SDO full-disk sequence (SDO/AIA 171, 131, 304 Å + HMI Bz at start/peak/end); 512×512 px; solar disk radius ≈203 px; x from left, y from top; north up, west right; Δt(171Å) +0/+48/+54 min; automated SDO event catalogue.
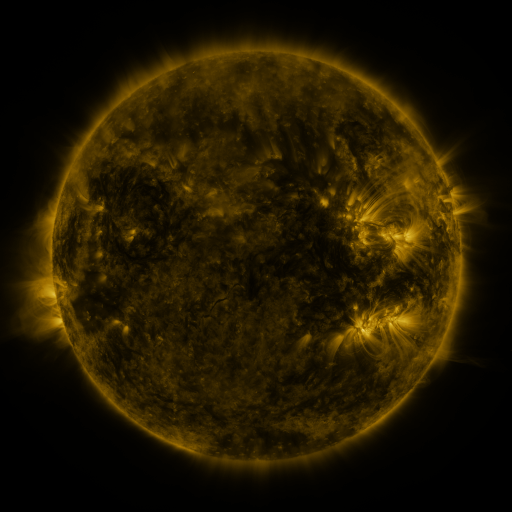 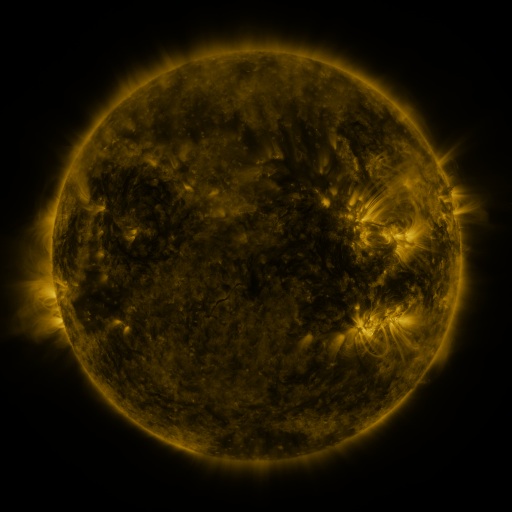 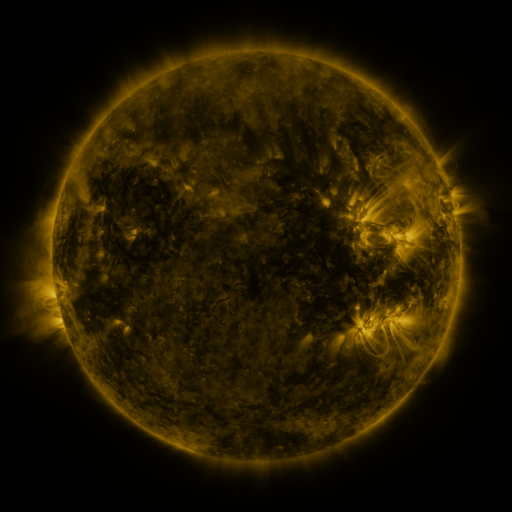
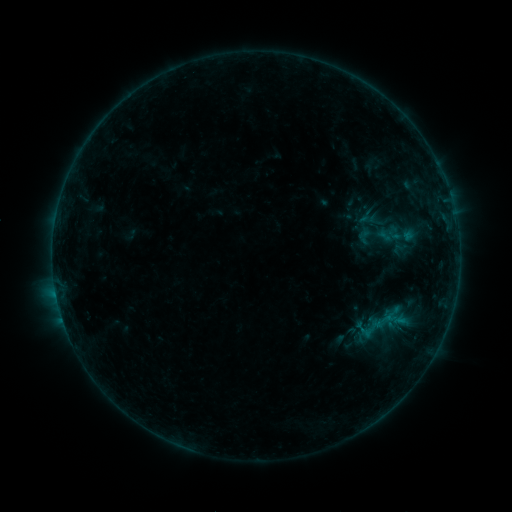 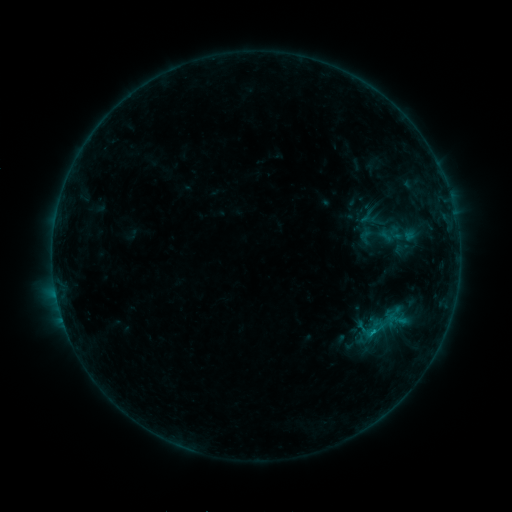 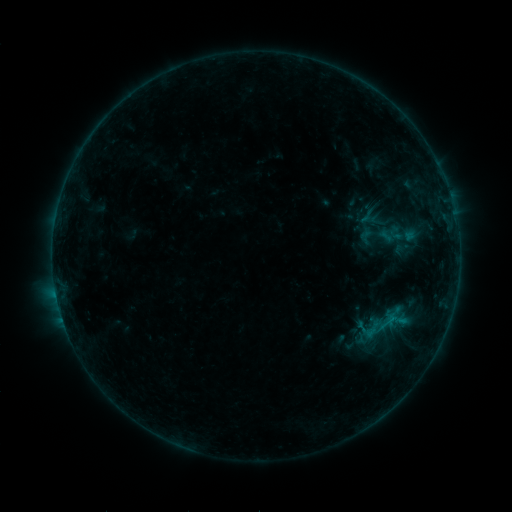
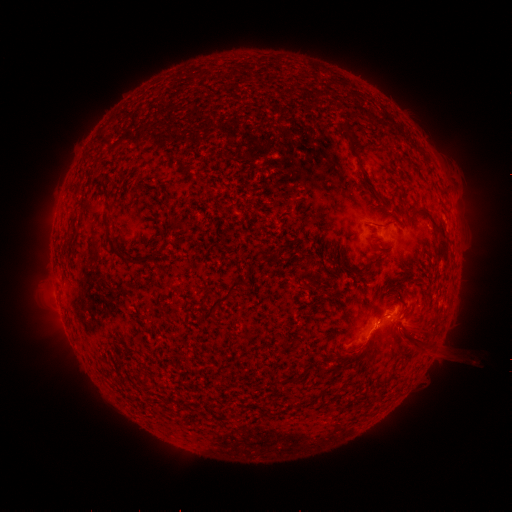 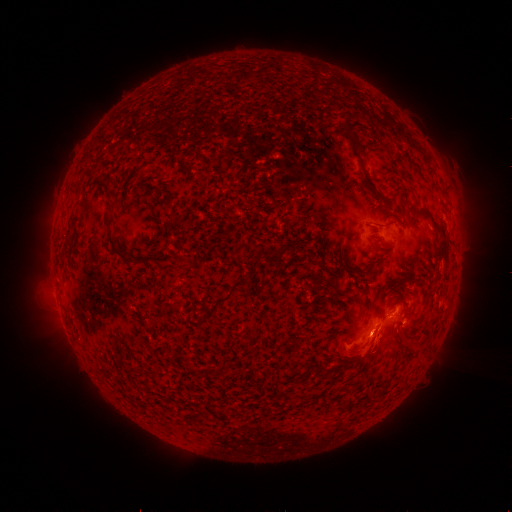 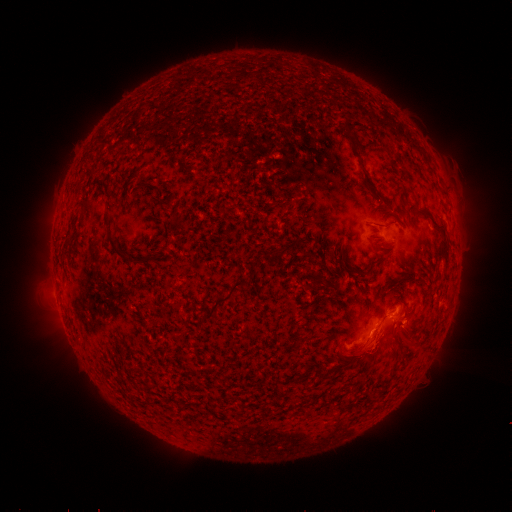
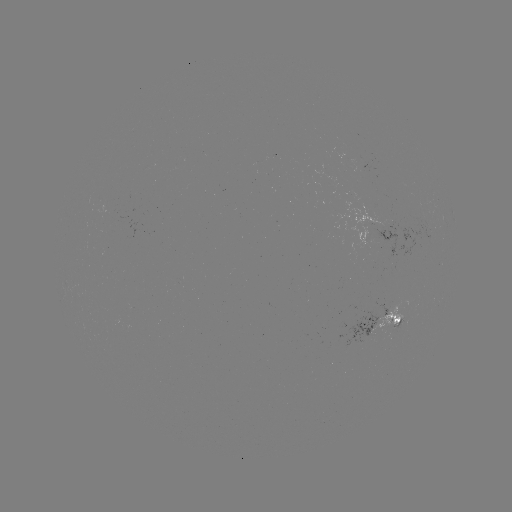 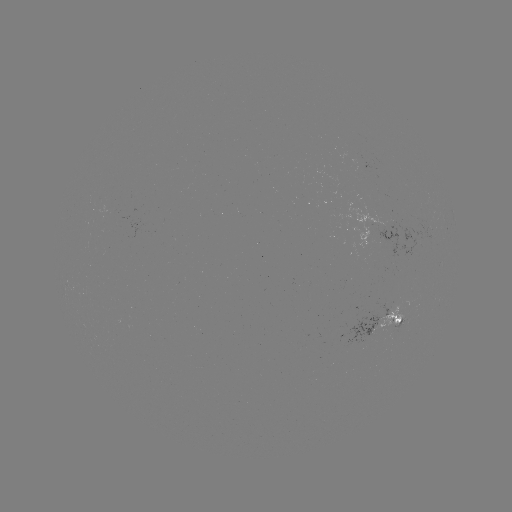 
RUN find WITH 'B7.0 flare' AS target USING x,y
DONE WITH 373,331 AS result